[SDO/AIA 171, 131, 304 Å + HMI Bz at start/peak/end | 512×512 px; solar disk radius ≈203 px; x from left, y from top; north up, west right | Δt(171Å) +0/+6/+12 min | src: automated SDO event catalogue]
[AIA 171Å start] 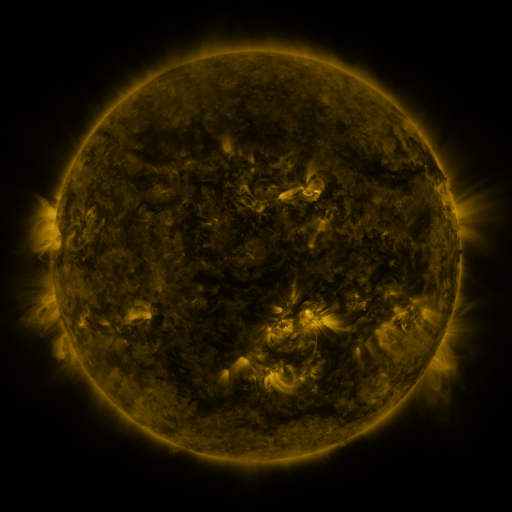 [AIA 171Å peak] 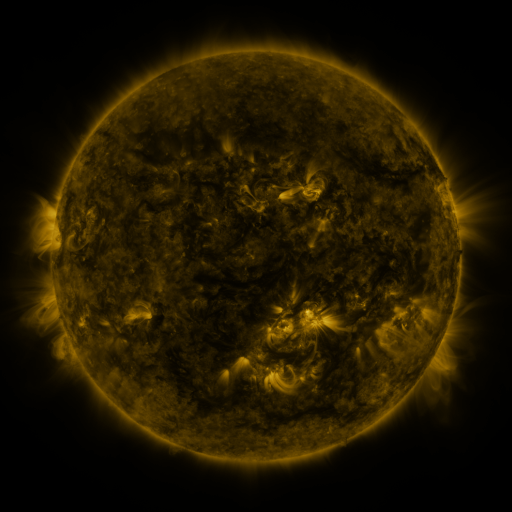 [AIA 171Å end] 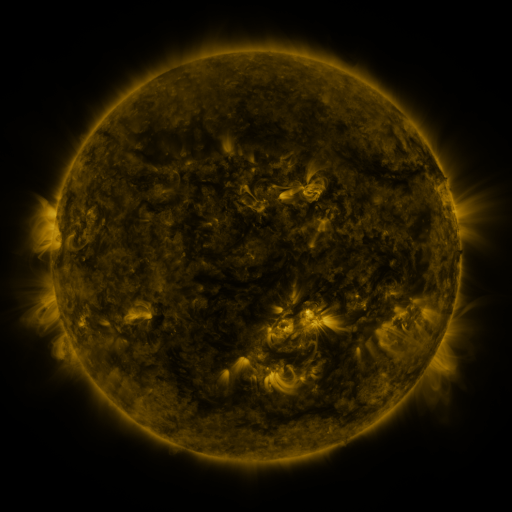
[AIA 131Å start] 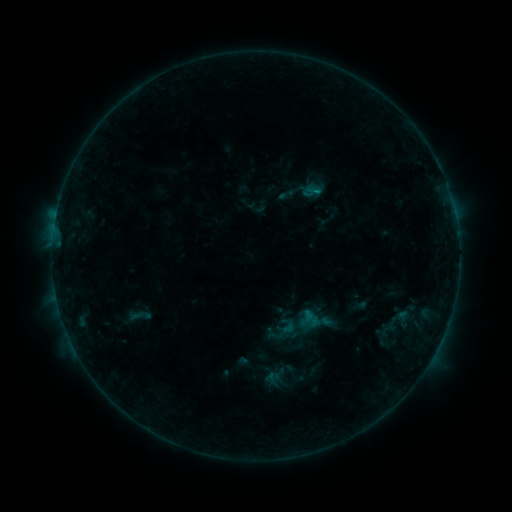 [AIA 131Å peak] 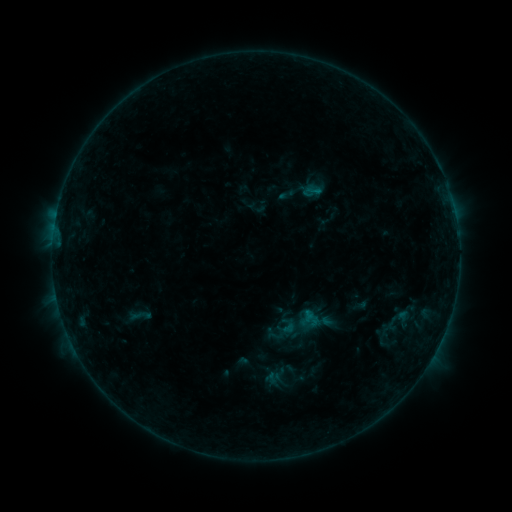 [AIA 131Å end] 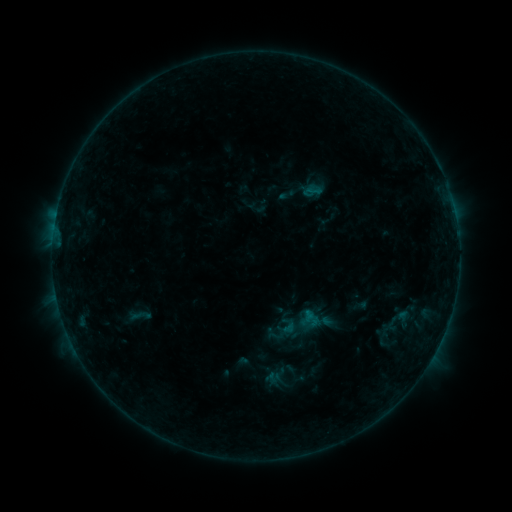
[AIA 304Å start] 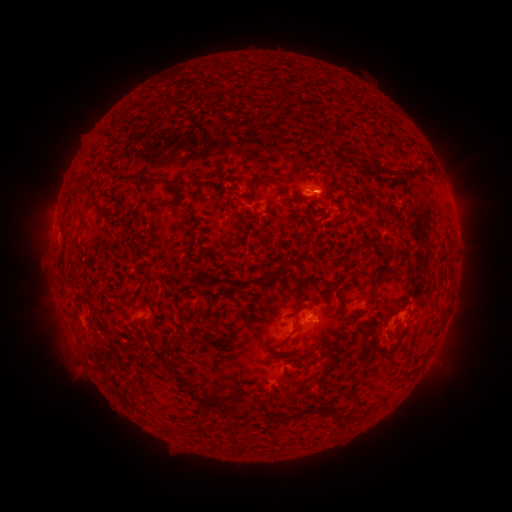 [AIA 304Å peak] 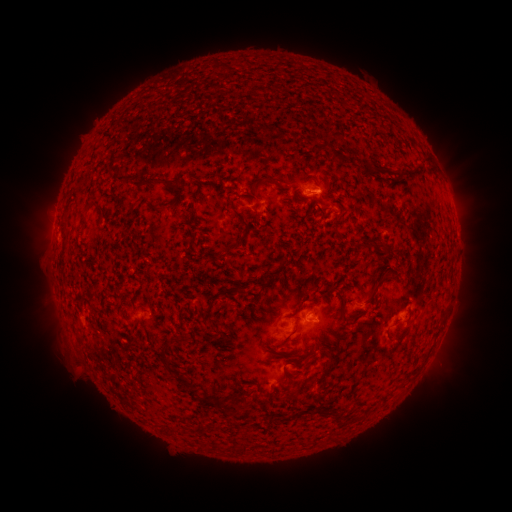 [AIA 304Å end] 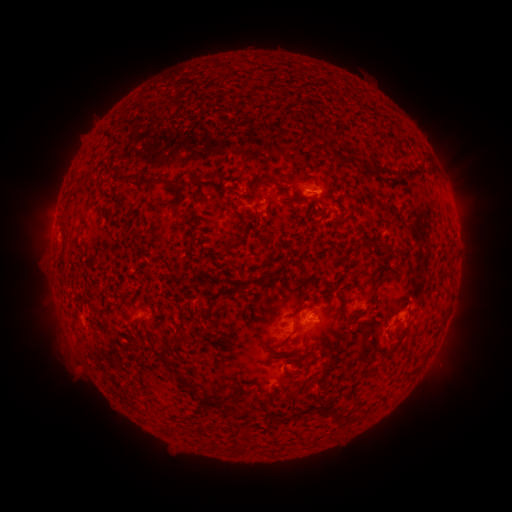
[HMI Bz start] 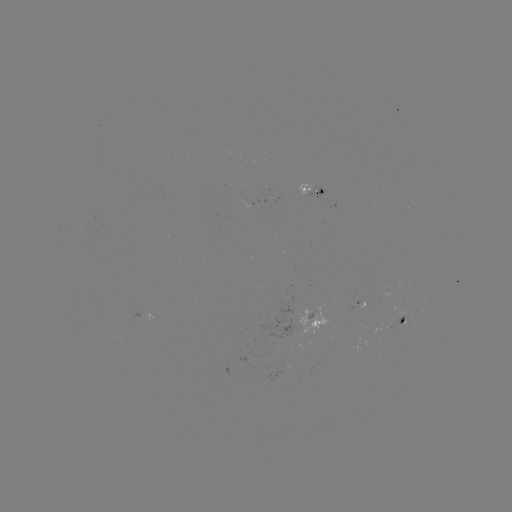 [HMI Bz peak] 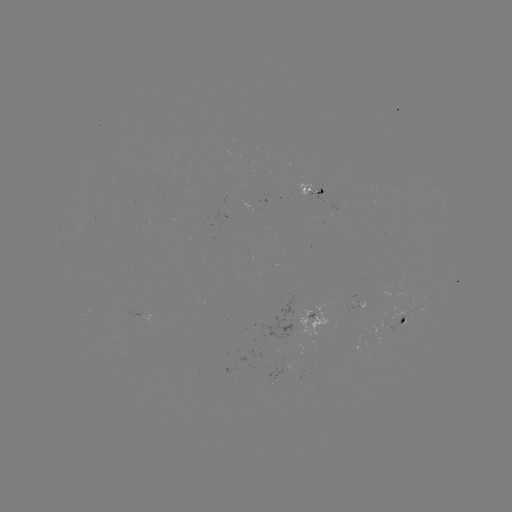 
no classed flare was catalogued and no EUV brightening was flagged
